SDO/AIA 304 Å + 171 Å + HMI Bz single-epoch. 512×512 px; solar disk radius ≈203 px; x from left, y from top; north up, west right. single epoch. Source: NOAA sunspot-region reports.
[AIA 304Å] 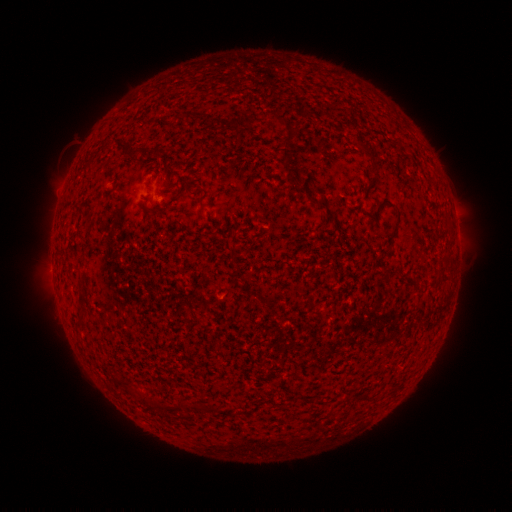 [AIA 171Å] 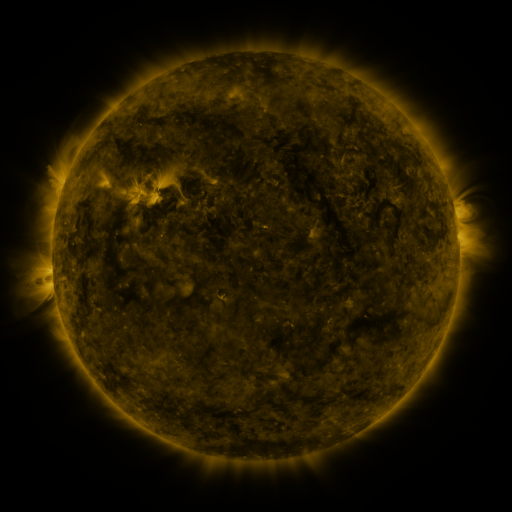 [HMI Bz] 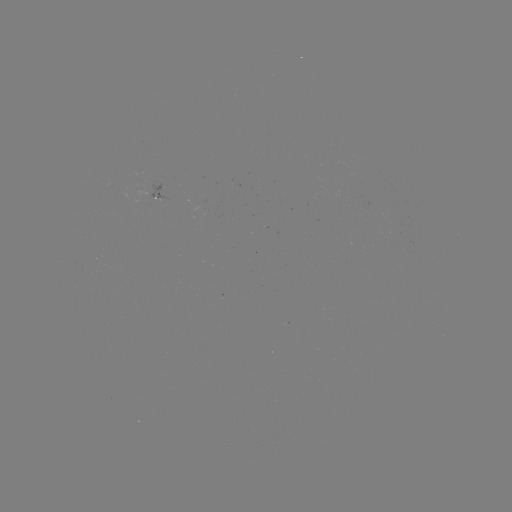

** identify spotted active region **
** [165, 195] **